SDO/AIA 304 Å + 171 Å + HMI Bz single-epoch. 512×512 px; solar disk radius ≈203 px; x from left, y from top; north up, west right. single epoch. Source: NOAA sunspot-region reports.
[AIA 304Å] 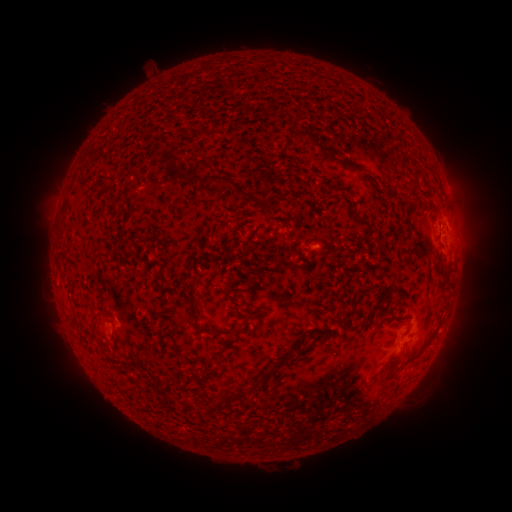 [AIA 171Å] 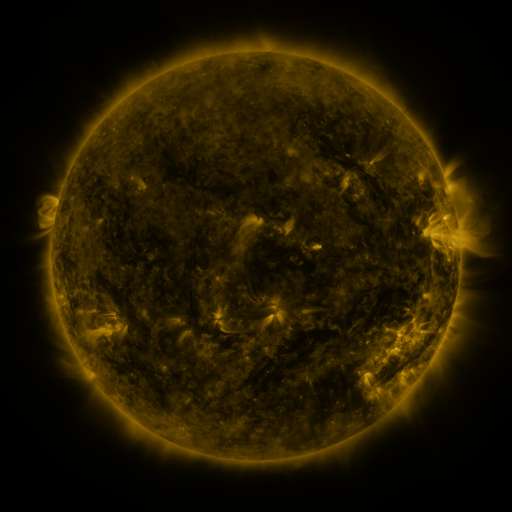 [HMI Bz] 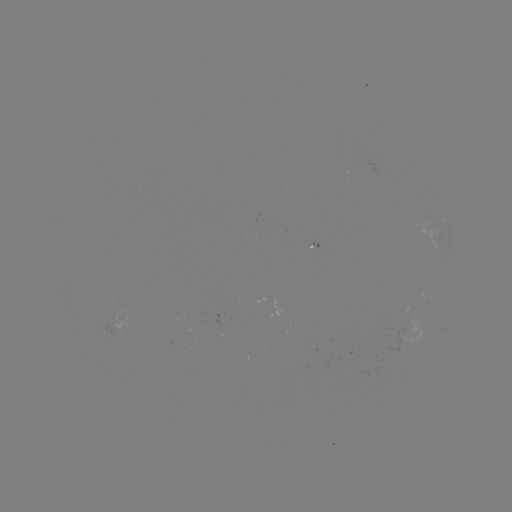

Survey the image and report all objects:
(none)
